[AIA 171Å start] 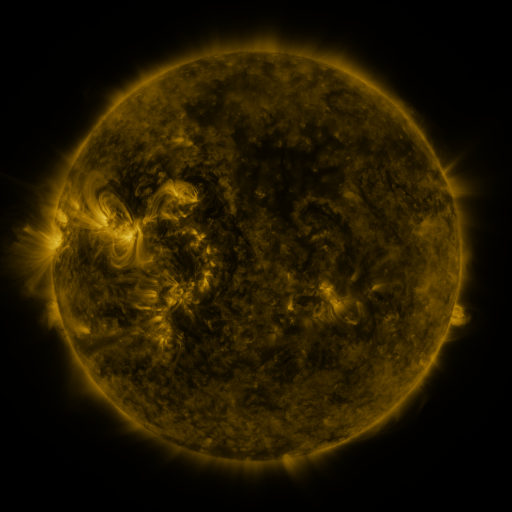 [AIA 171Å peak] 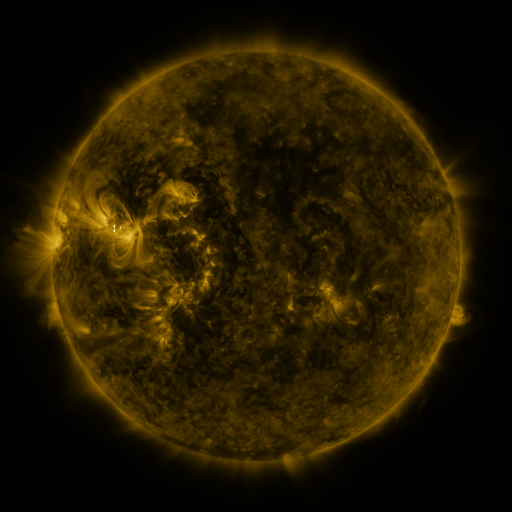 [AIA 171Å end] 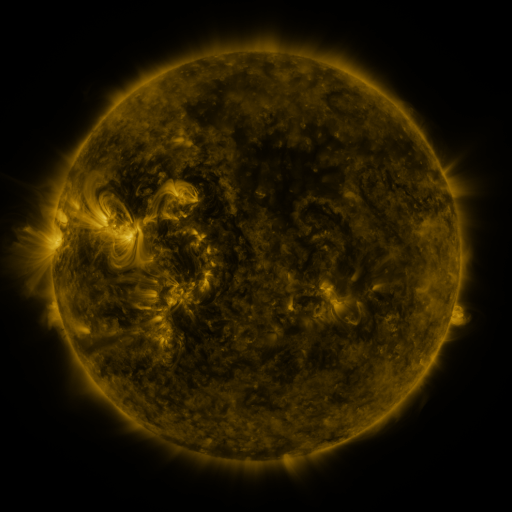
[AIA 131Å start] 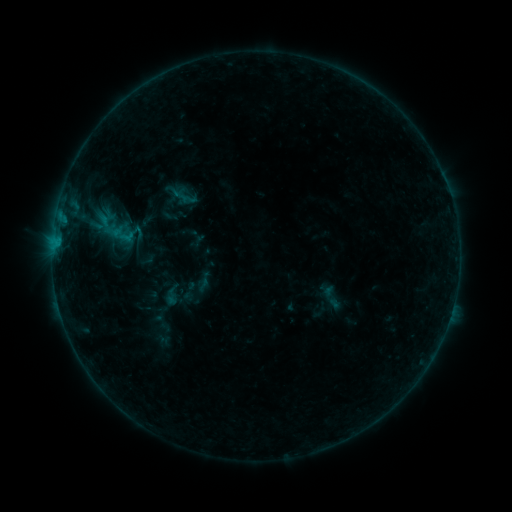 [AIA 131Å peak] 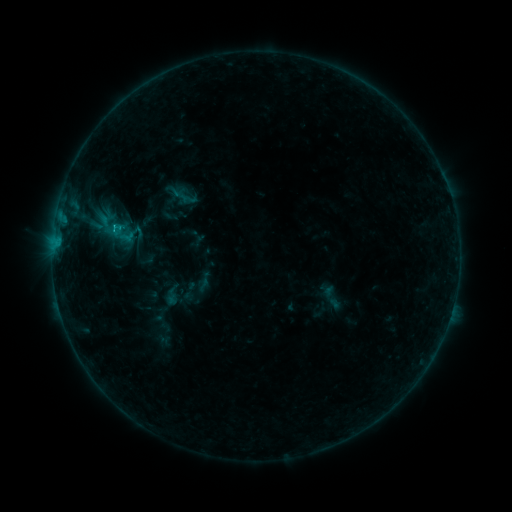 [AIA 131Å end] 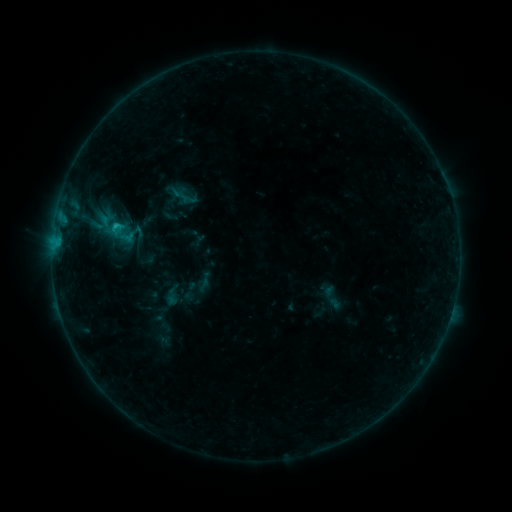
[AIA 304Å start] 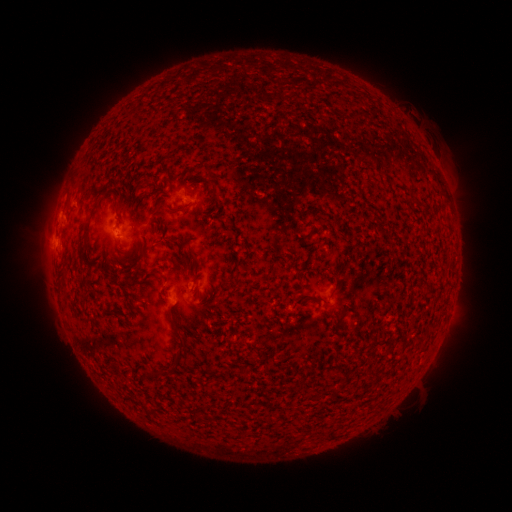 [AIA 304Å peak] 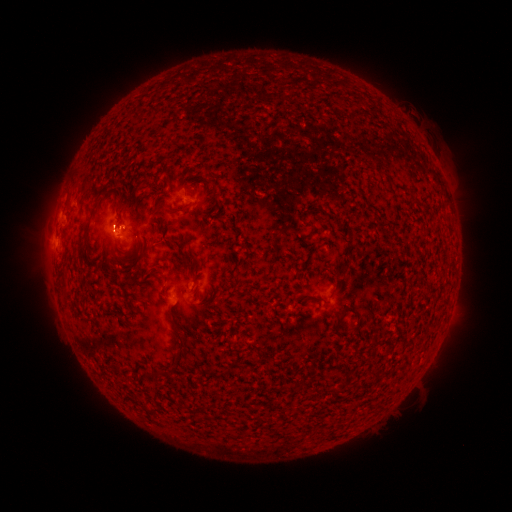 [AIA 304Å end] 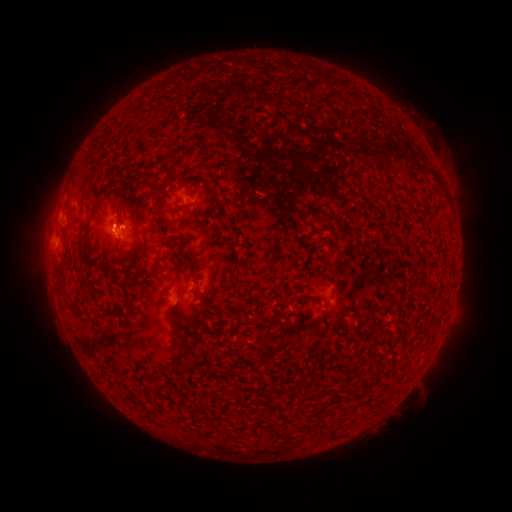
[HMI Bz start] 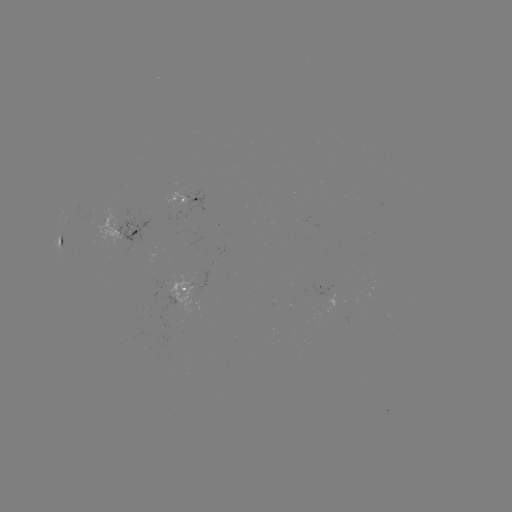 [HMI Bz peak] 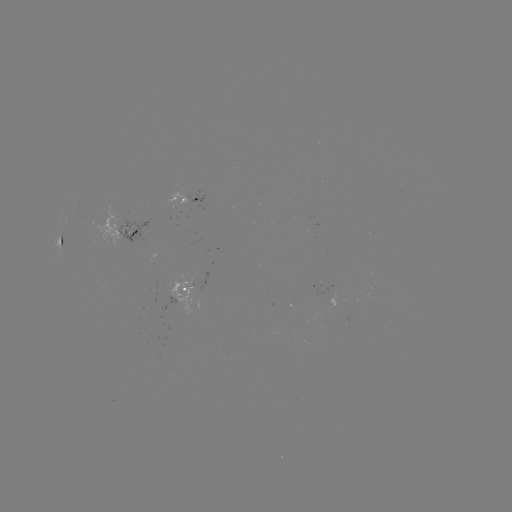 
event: flare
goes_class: B9.4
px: (116, 227)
